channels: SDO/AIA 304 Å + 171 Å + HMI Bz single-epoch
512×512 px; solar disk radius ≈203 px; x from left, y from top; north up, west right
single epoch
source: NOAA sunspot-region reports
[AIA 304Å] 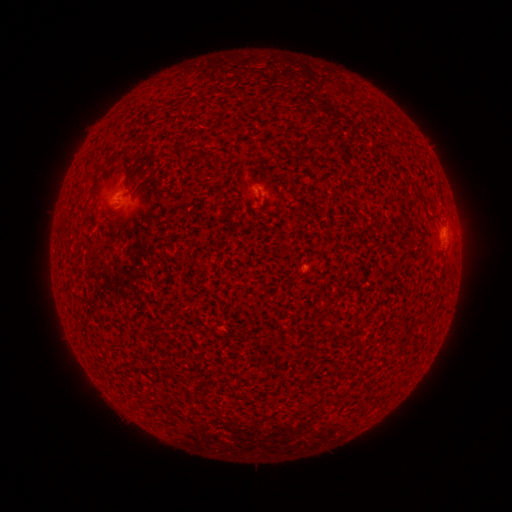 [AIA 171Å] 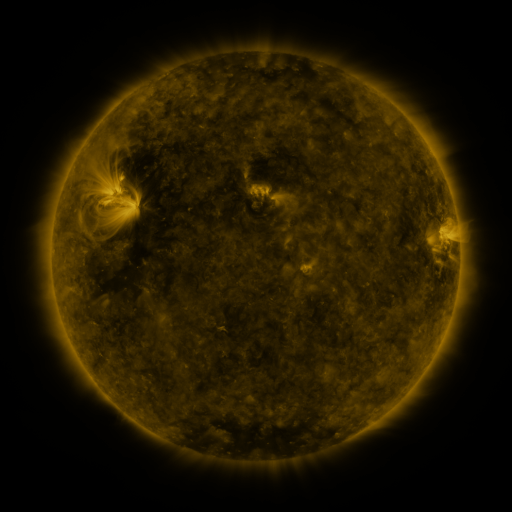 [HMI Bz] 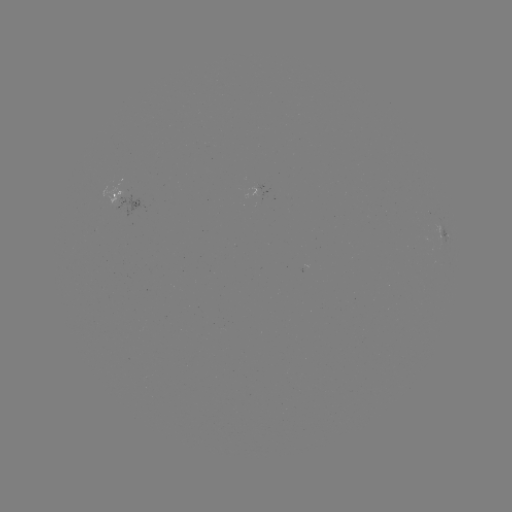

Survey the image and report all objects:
spotted active region: (121, 200)
spotted active region: (445, 229)
